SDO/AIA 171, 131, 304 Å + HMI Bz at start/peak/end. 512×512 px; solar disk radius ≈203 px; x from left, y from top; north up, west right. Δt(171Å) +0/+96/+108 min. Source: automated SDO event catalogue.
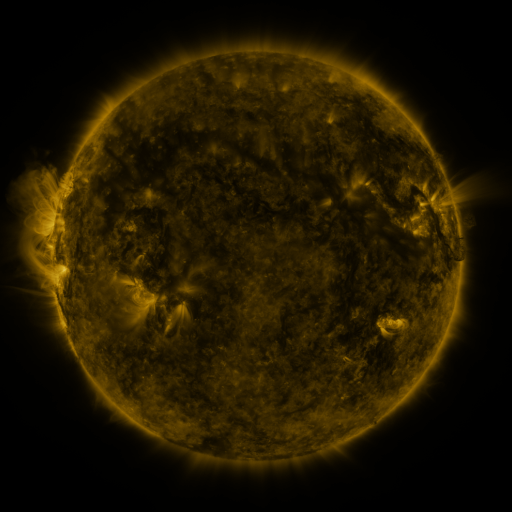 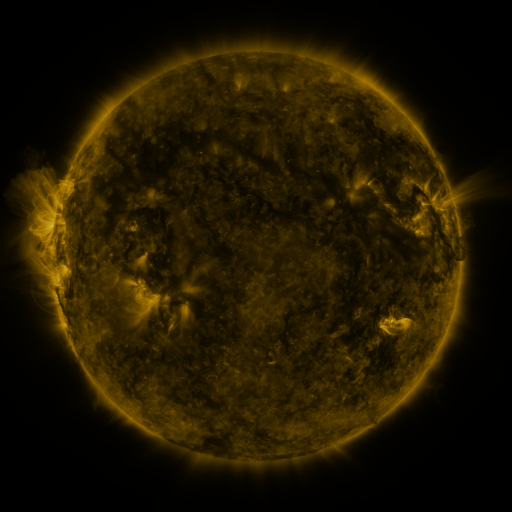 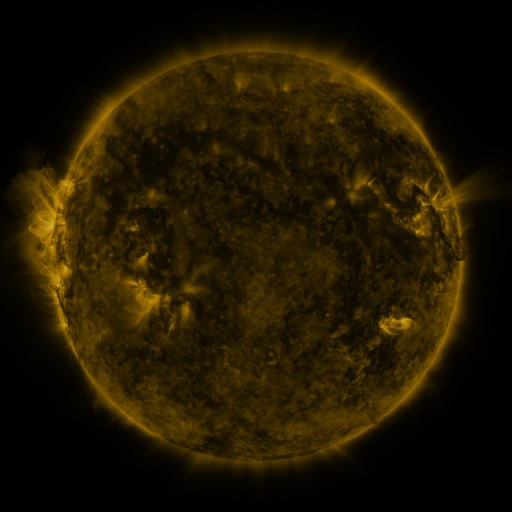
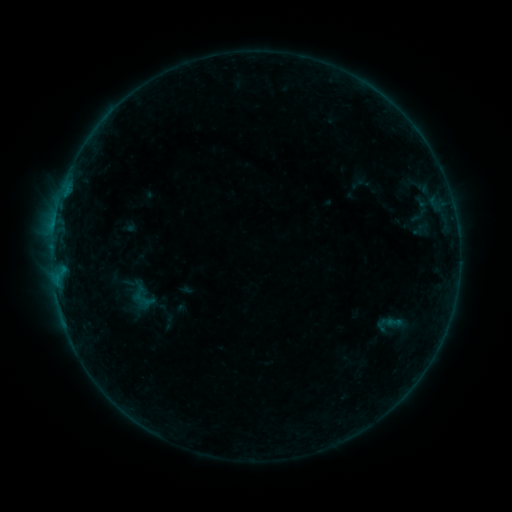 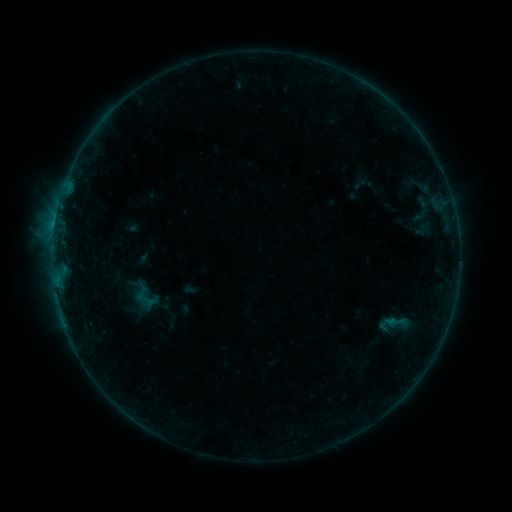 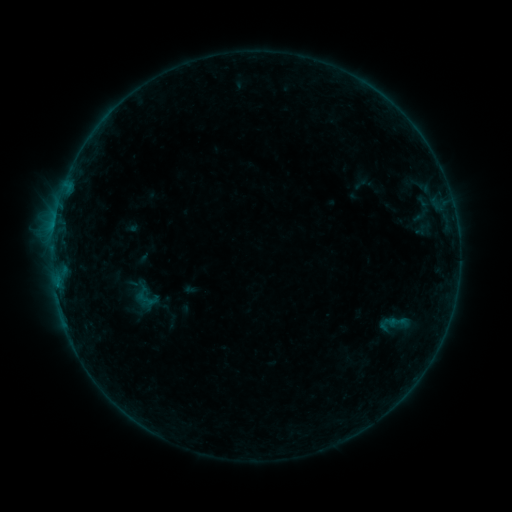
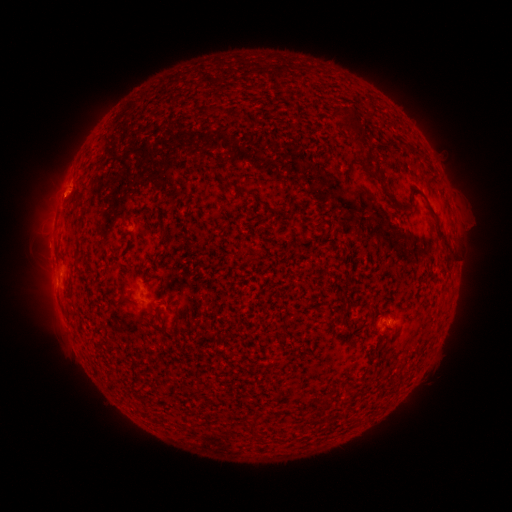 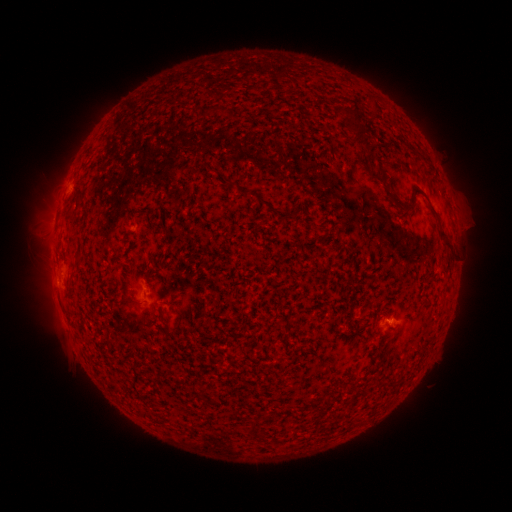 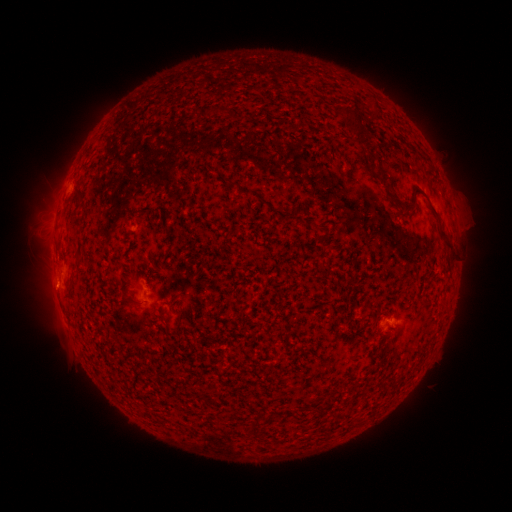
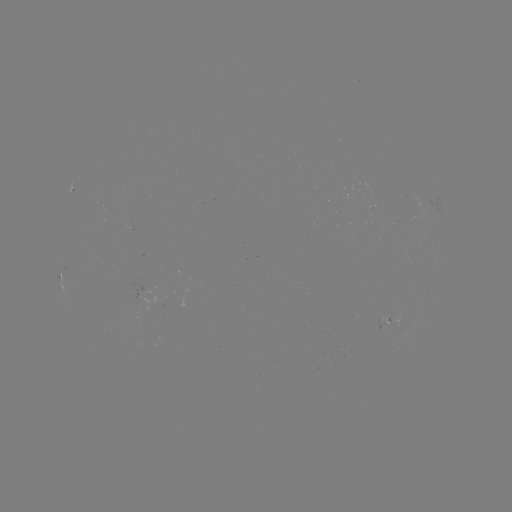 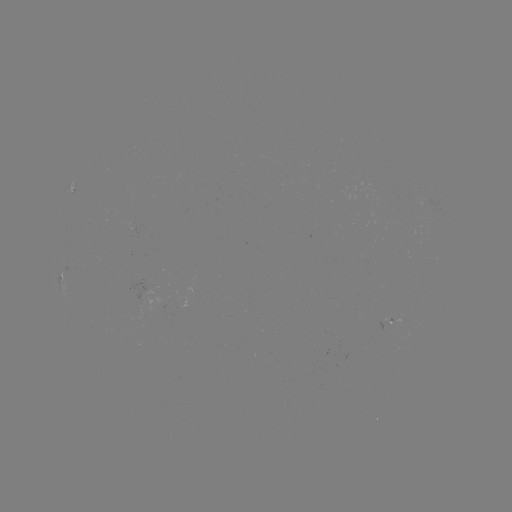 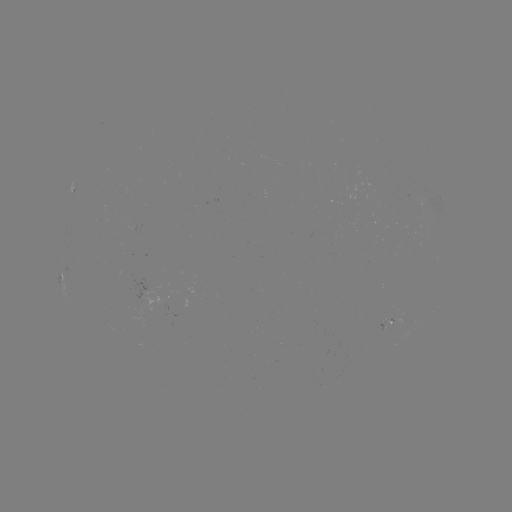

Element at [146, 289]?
emerging-flux region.